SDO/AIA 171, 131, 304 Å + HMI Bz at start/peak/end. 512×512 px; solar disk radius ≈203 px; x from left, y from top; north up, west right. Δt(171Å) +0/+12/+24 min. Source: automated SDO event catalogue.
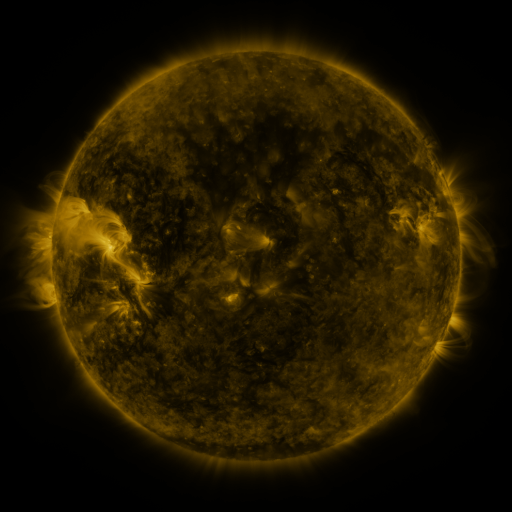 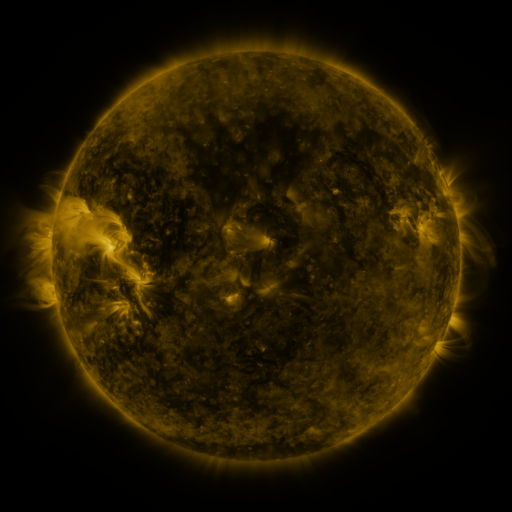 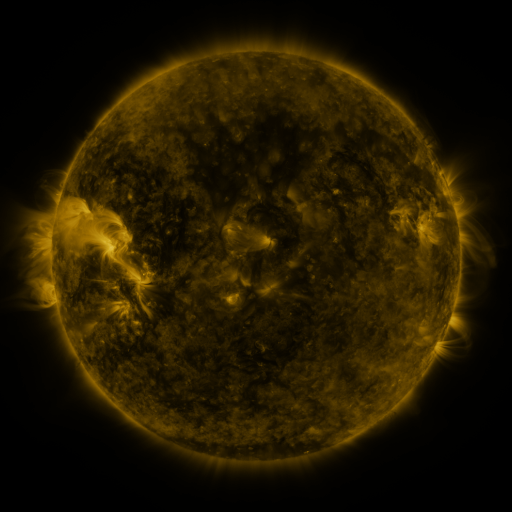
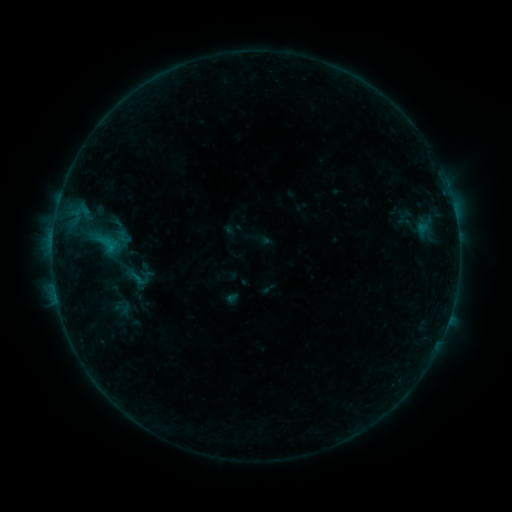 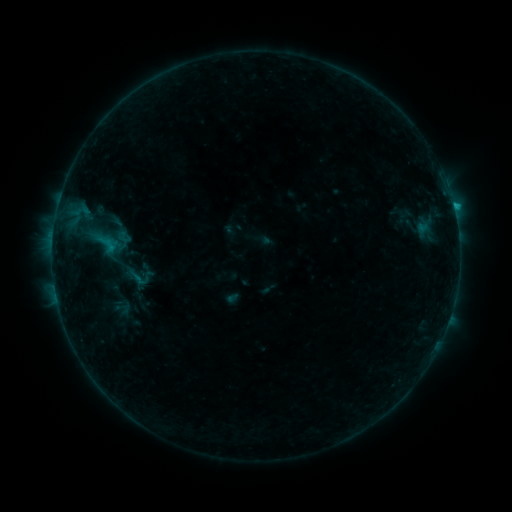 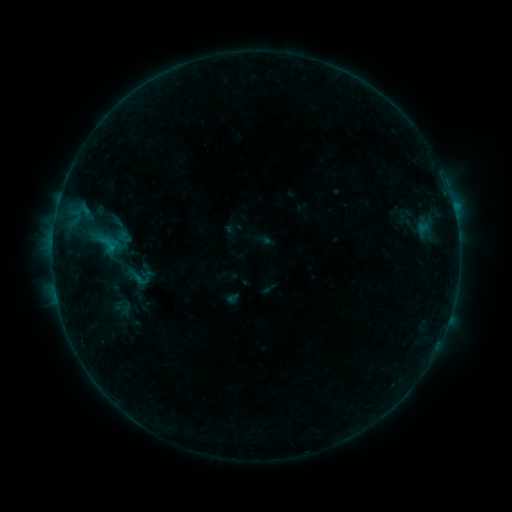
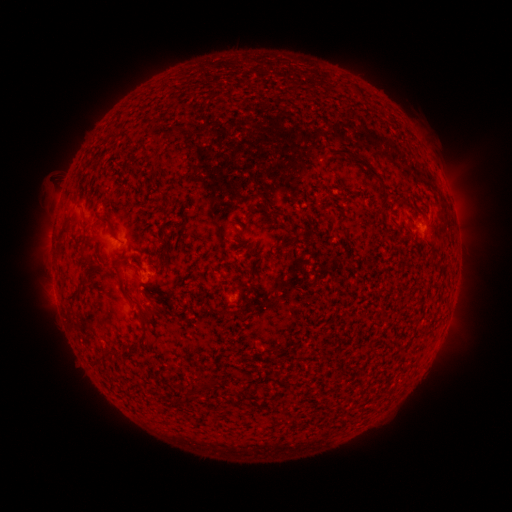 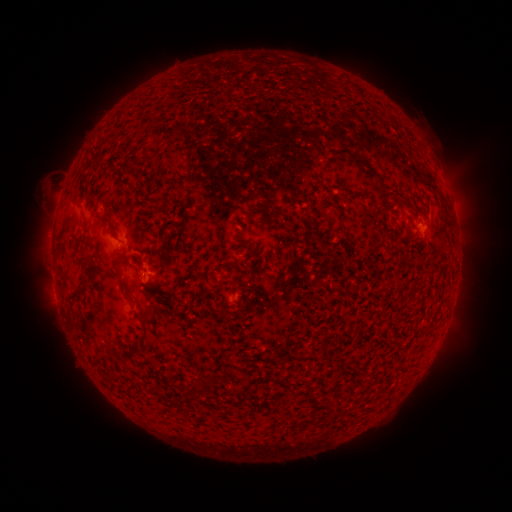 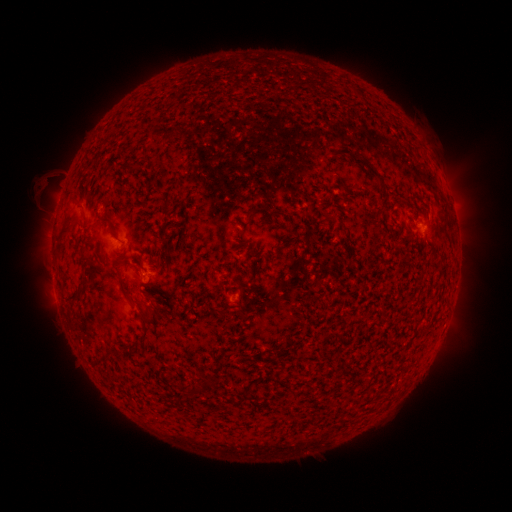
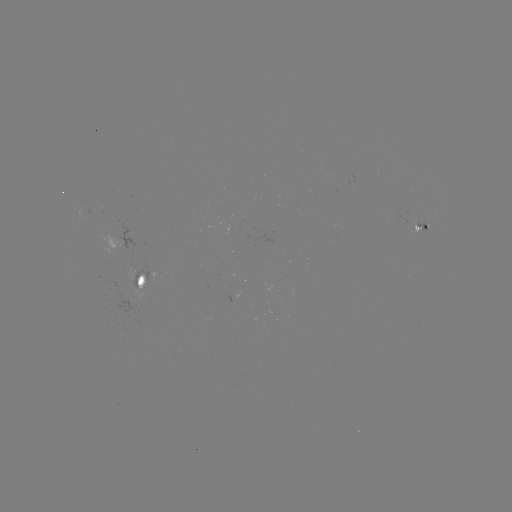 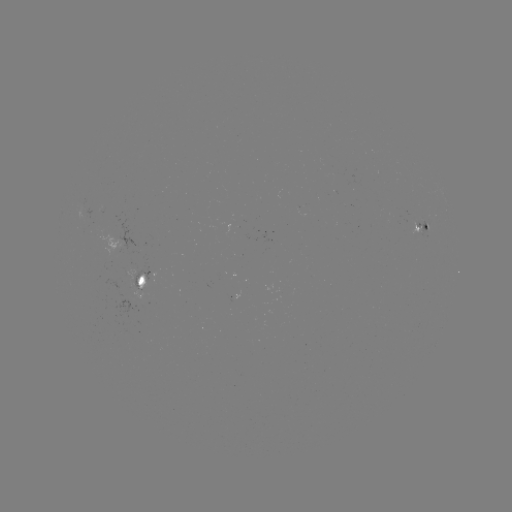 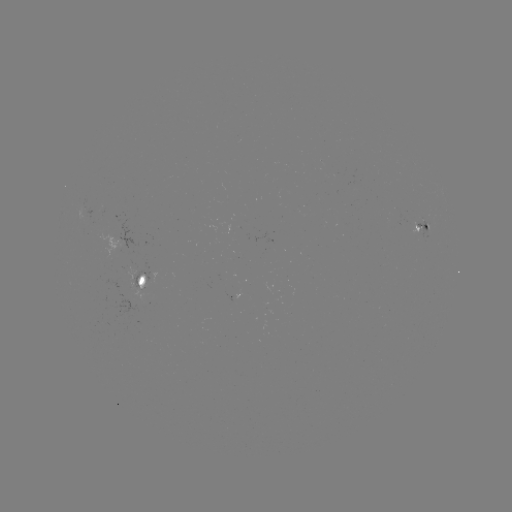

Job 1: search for B4.9 flare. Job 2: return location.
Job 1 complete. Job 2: (453, 206).